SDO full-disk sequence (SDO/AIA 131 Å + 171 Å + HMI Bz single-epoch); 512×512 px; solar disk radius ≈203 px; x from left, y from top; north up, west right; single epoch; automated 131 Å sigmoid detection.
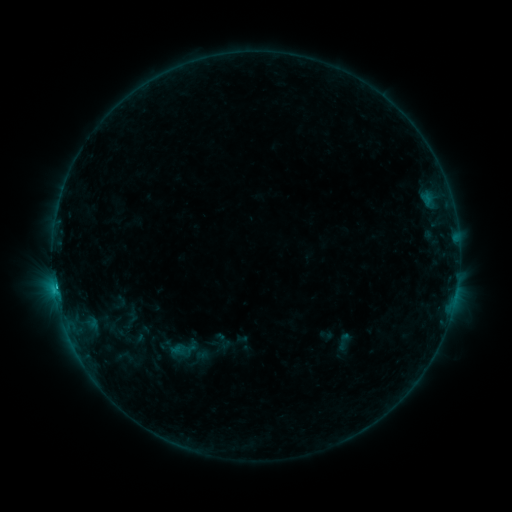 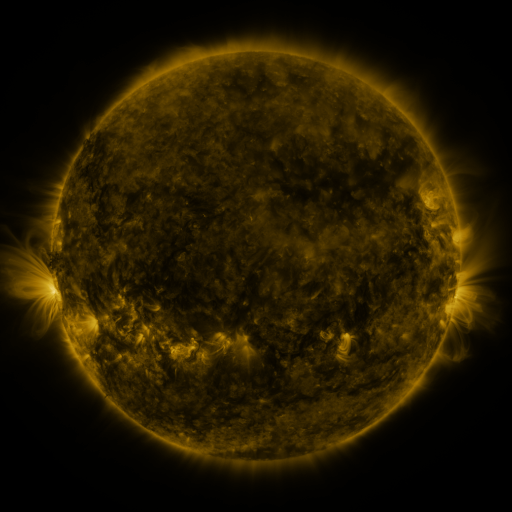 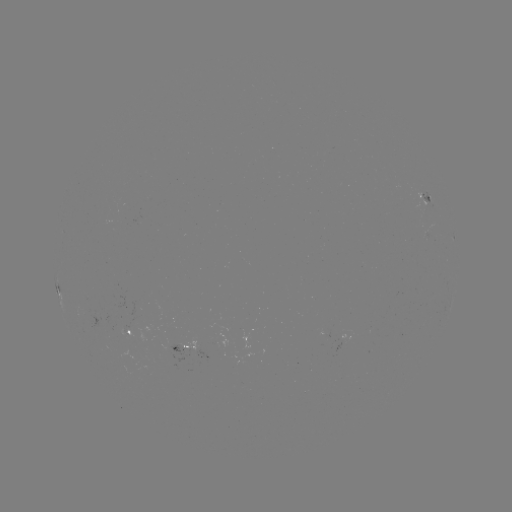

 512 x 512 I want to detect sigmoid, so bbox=[334, 332, 353, 351].